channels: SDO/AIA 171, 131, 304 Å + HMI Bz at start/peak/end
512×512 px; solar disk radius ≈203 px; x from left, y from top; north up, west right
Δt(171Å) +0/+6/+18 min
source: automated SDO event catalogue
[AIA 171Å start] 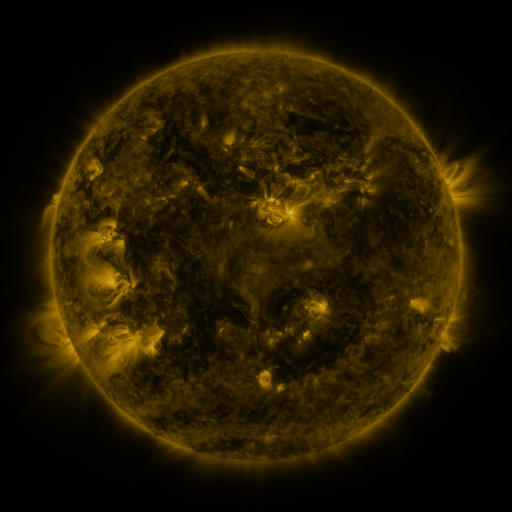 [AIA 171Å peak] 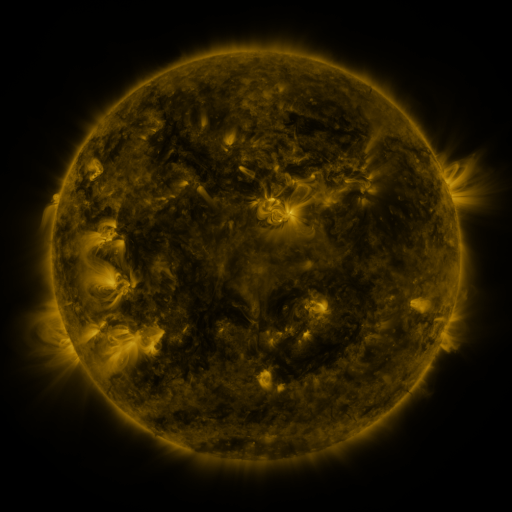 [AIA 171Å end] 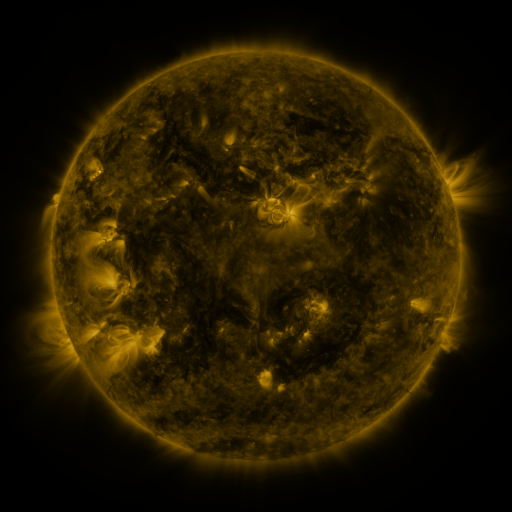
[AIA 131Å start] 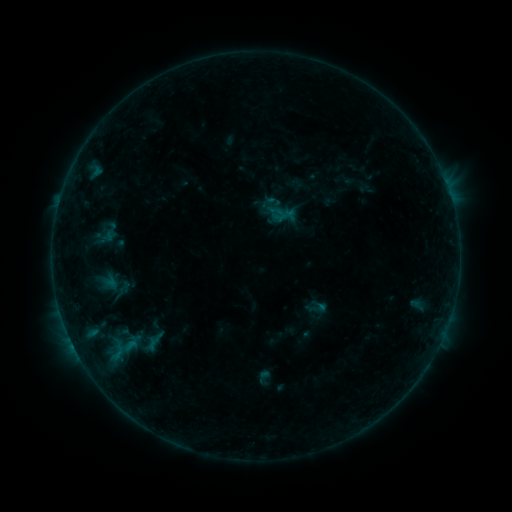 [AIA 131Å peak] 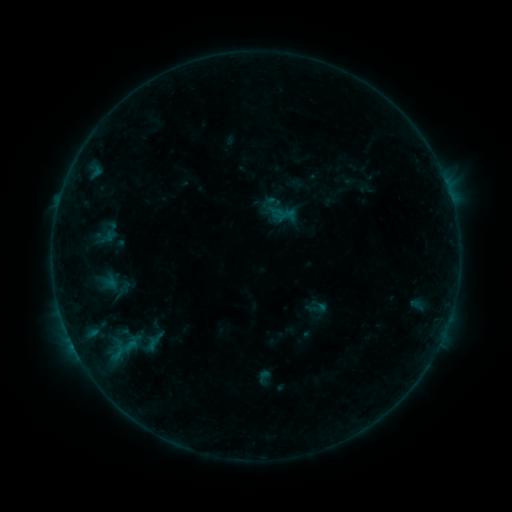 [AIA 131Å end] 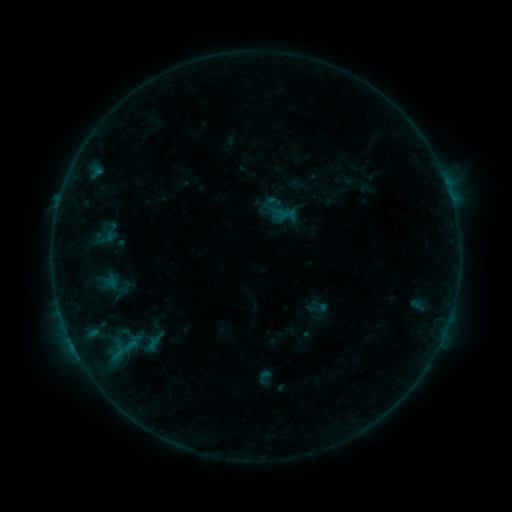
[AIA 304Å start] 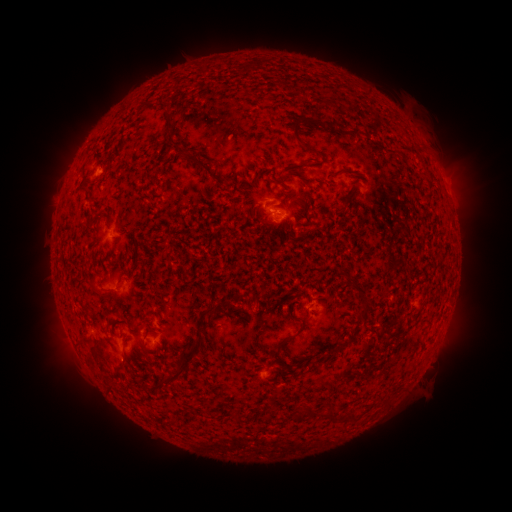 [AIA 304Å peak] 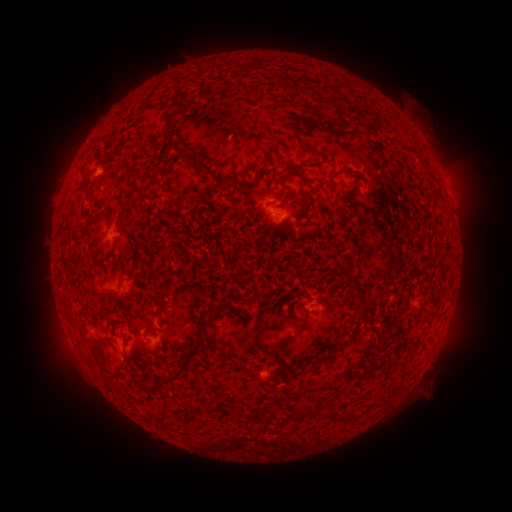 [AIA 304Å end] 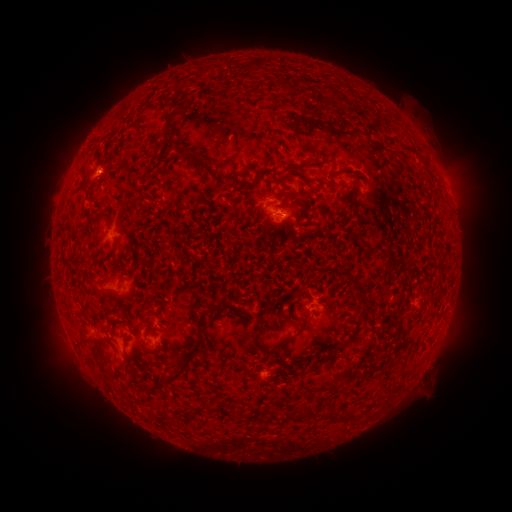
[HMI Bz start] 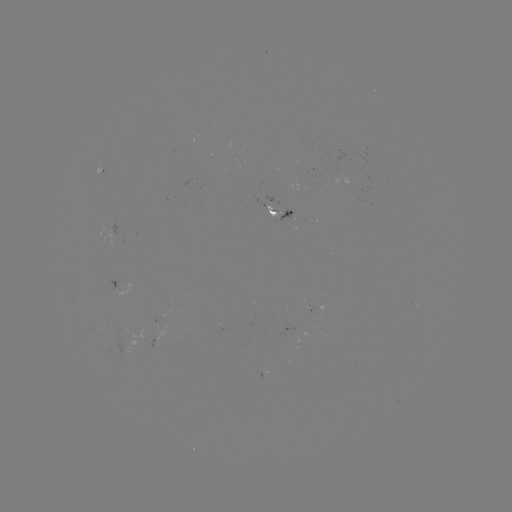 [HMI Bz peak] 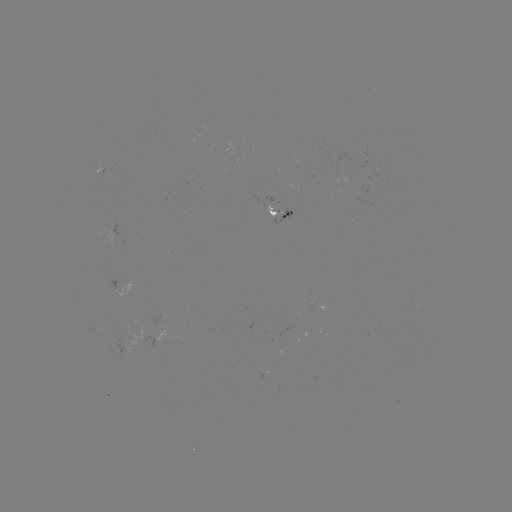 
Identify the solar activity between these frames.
no classed flare was catalogued and no EUV brightening was flagged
